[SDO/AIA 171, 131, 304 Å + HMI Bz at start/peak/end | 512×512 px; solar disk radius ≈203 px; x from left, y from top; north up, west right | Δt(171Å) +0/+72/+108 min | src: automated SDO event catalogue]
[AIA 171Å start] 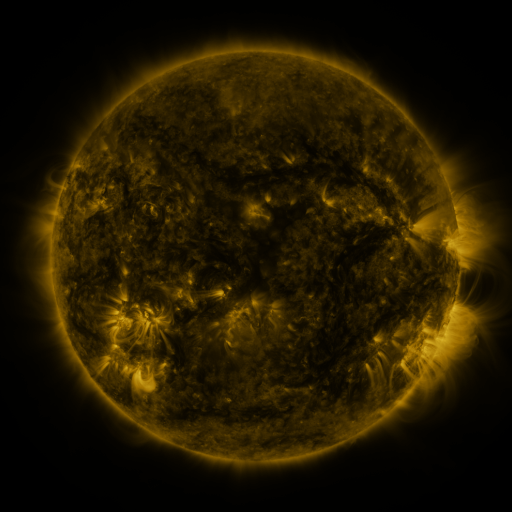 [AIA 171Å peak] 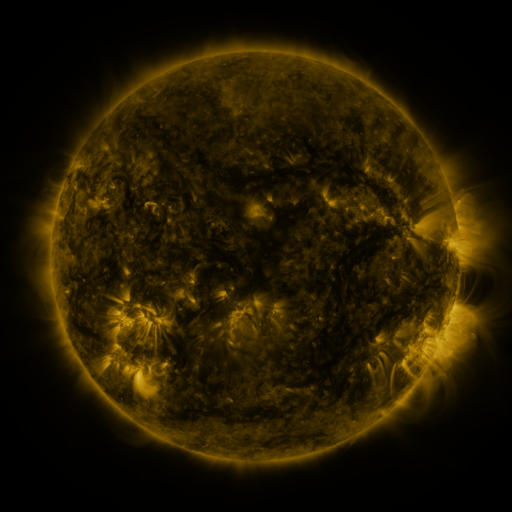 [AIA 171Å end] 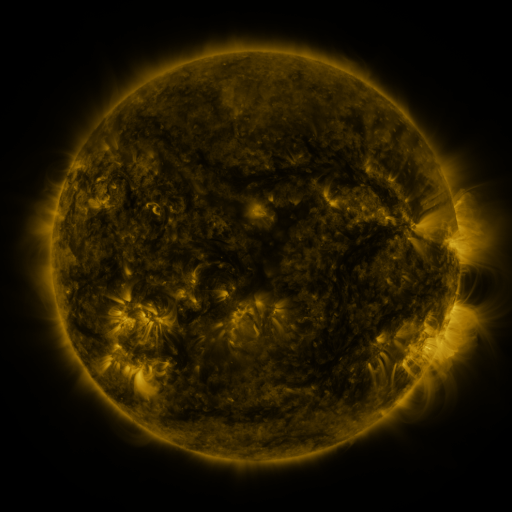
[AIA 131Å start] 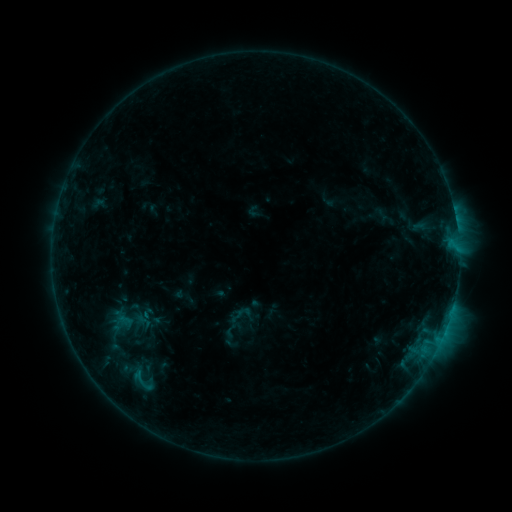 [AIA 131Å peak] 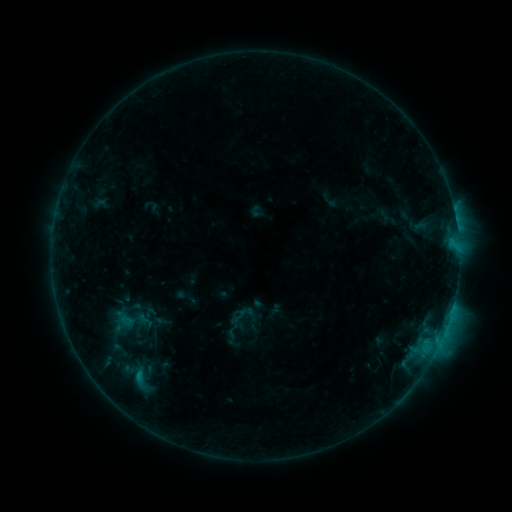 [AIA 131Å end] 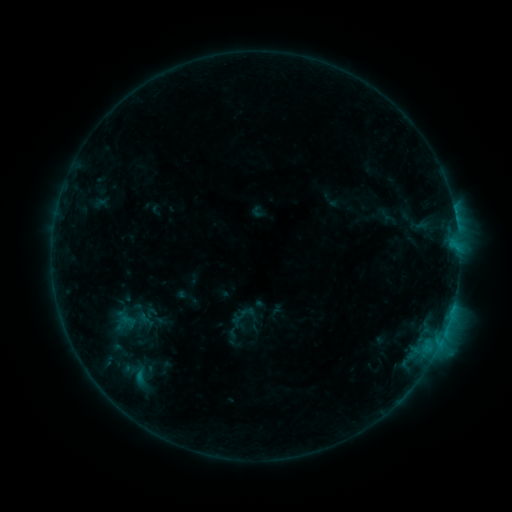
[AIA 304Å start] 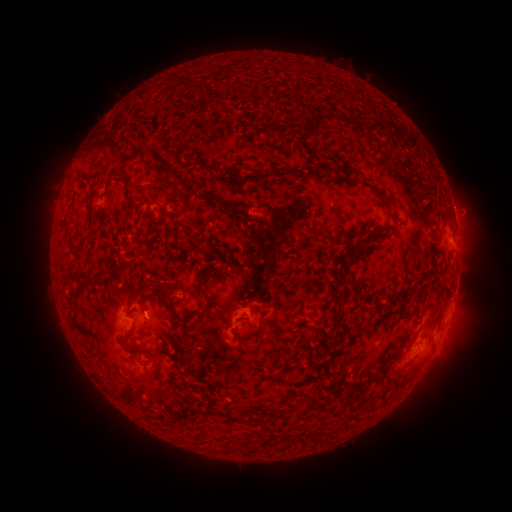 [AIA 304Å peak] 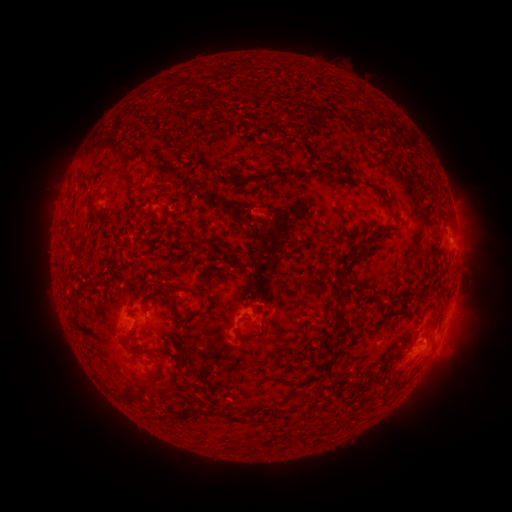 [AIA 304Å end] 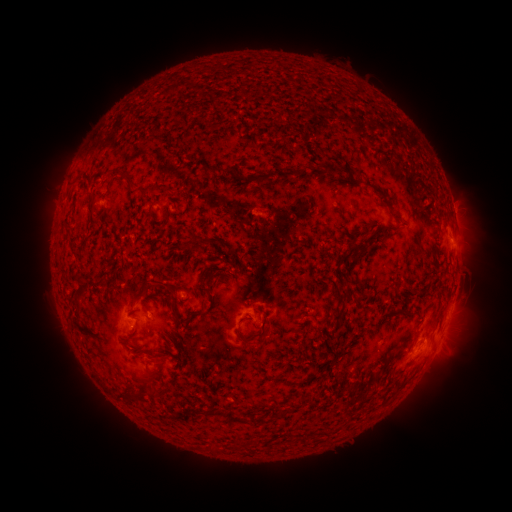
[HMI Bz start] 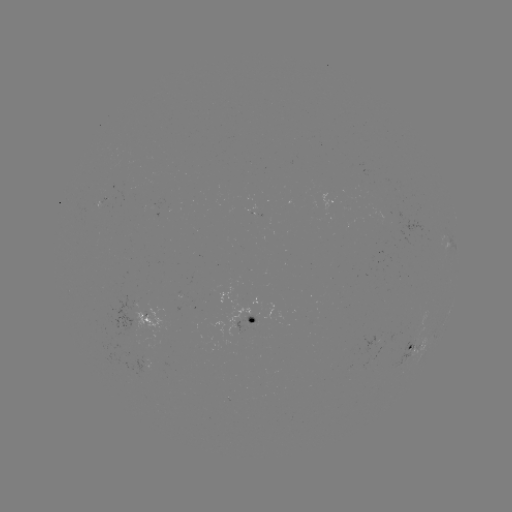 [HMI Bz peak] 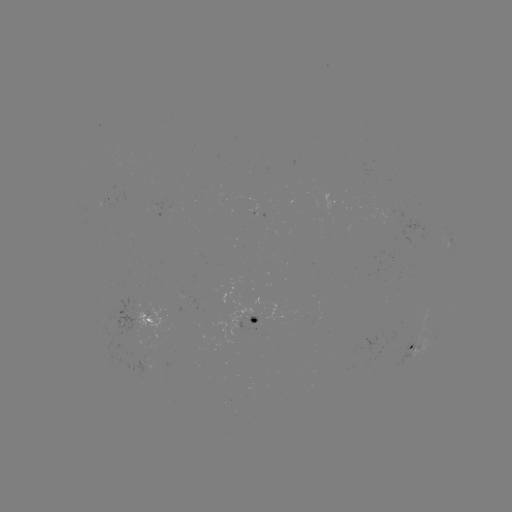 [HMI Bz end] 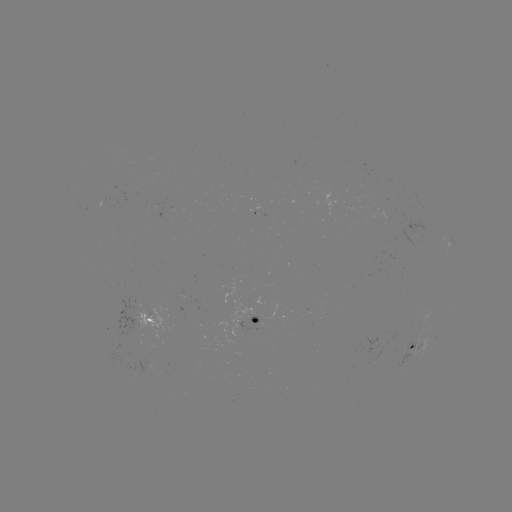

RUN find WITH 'emerging-flux region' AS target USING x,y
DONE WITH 388,211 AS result